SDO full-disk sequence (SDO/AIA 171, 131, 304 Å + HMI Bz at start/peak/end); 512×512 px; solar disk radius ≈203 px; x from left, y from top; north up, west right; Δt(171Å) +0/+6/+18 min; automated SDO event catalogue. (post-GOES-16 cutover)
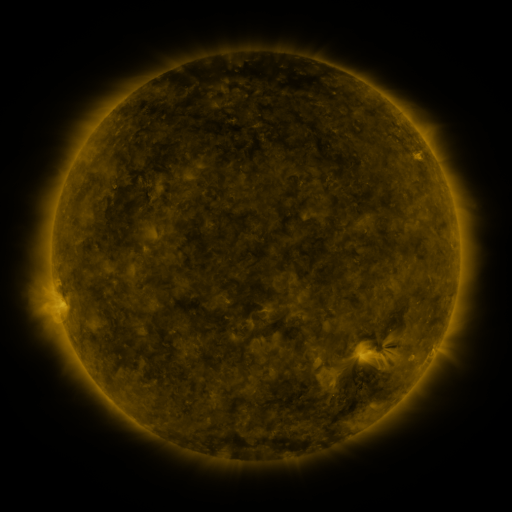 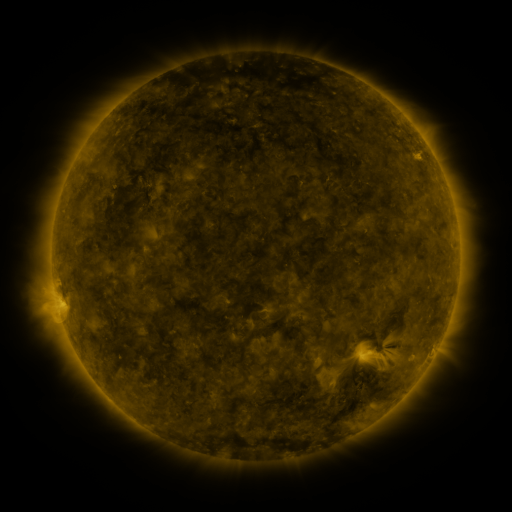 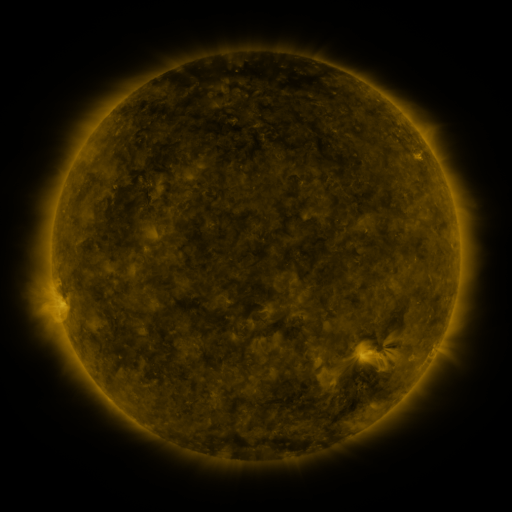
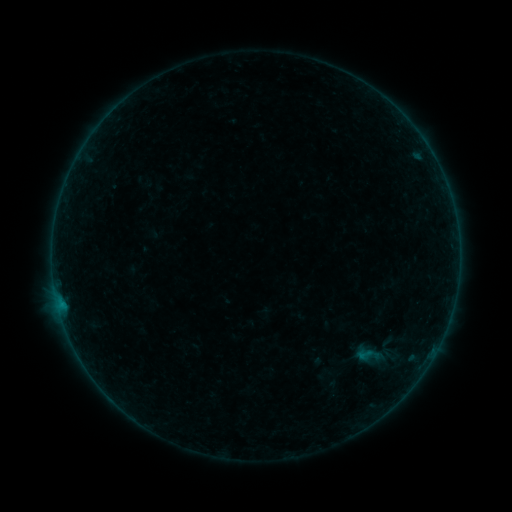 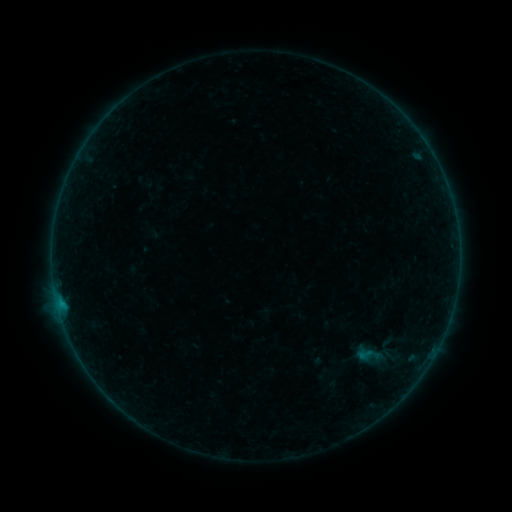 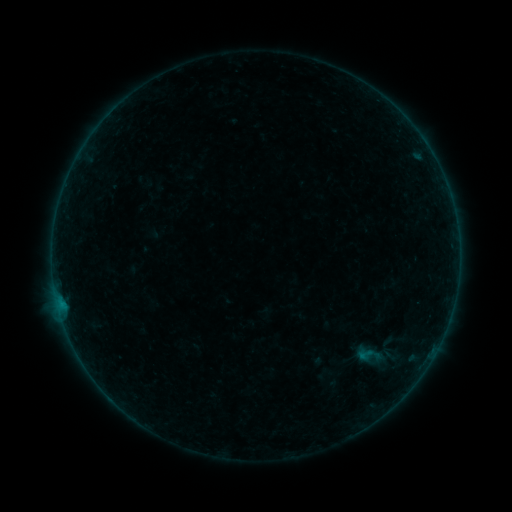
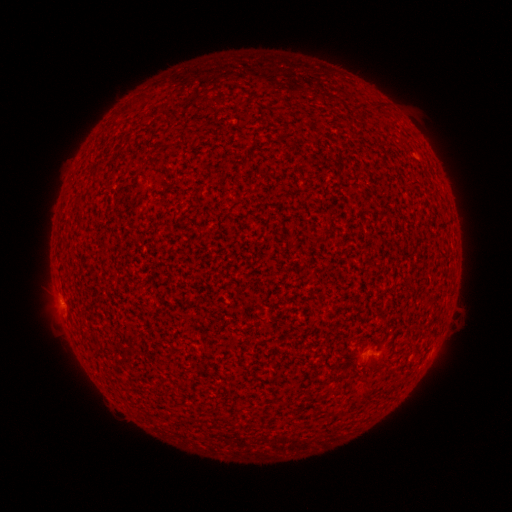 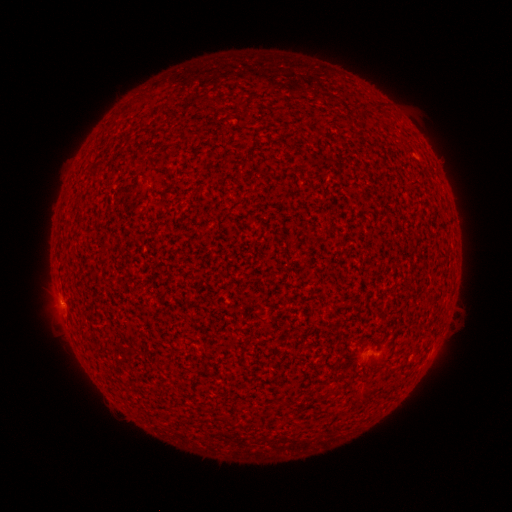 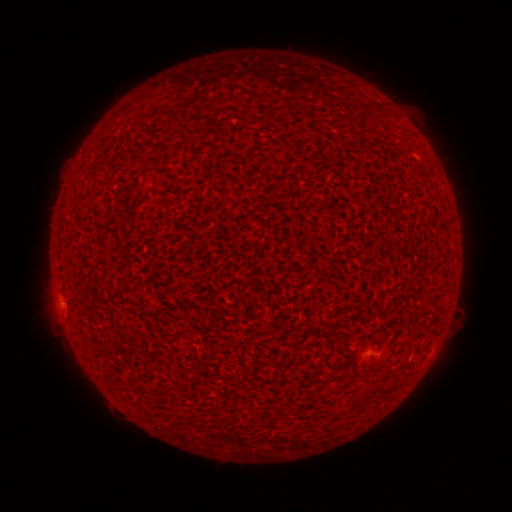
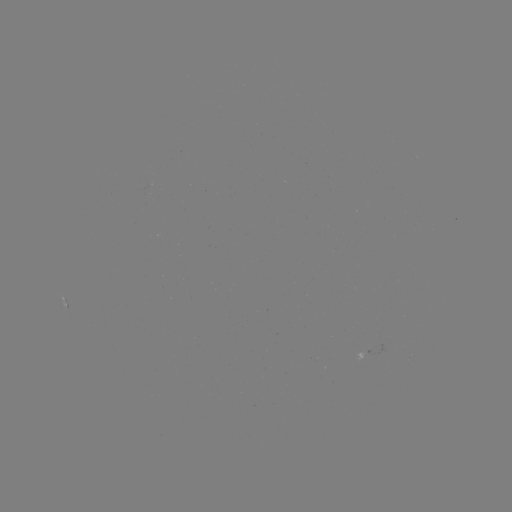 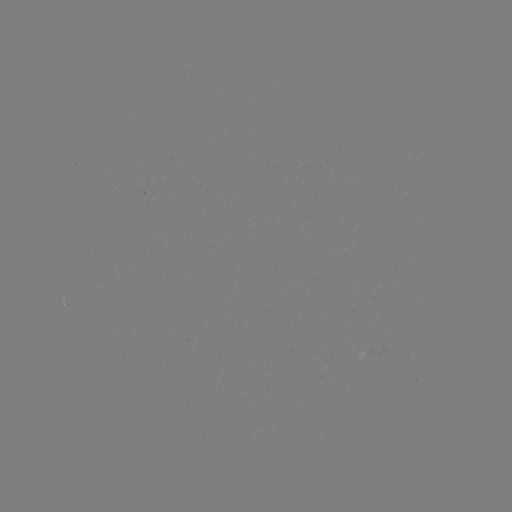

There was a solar flare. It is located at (61, 302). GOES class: B1.6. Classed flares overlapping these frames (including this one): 1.